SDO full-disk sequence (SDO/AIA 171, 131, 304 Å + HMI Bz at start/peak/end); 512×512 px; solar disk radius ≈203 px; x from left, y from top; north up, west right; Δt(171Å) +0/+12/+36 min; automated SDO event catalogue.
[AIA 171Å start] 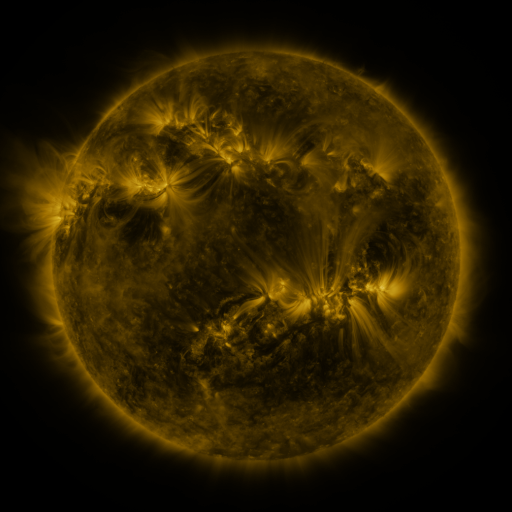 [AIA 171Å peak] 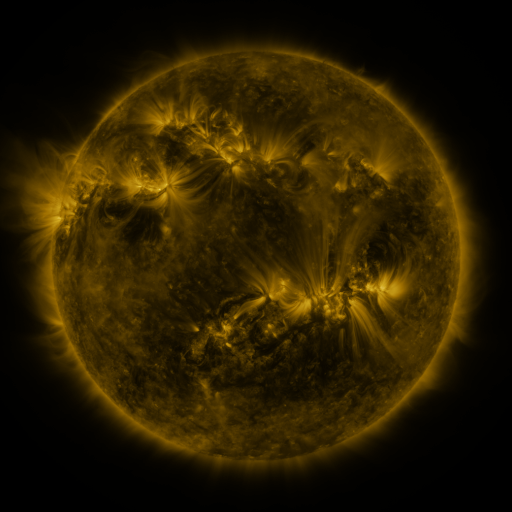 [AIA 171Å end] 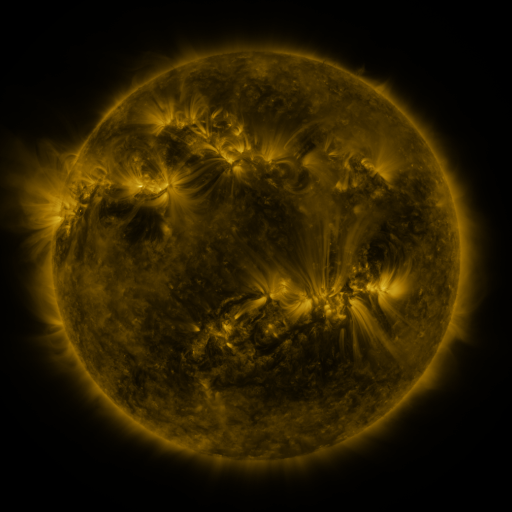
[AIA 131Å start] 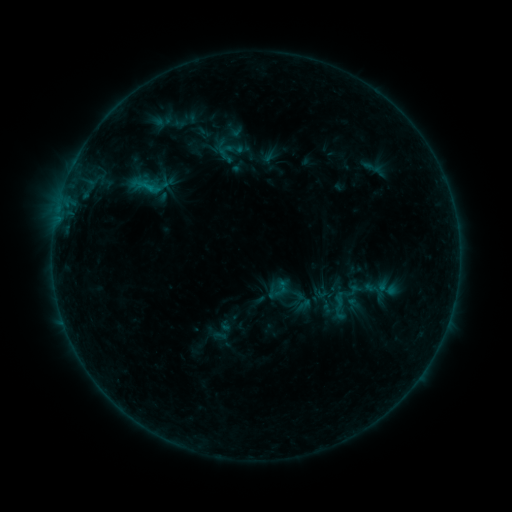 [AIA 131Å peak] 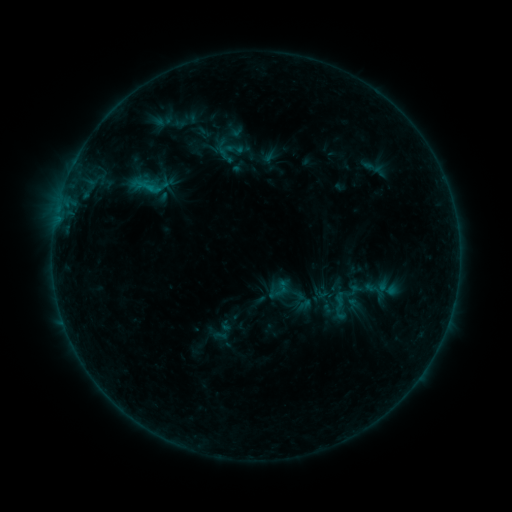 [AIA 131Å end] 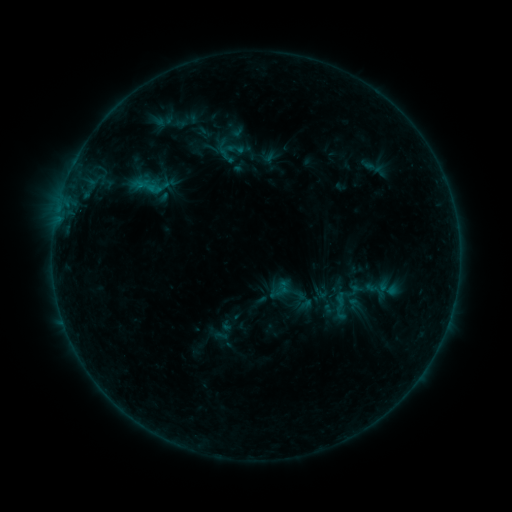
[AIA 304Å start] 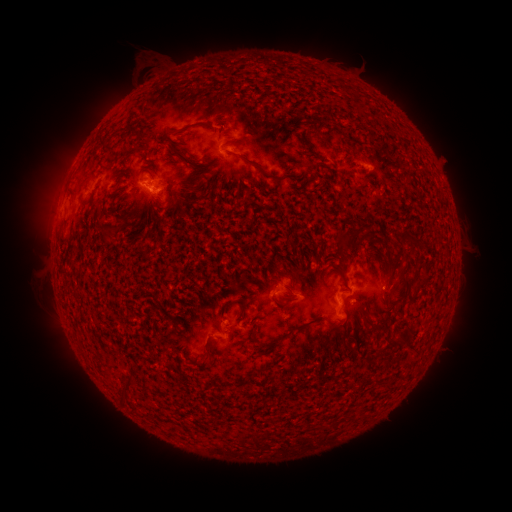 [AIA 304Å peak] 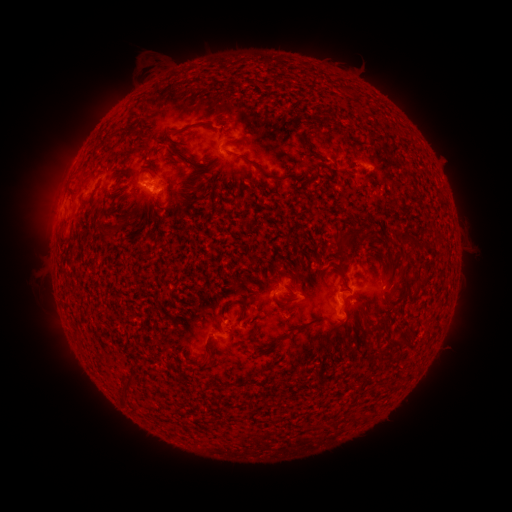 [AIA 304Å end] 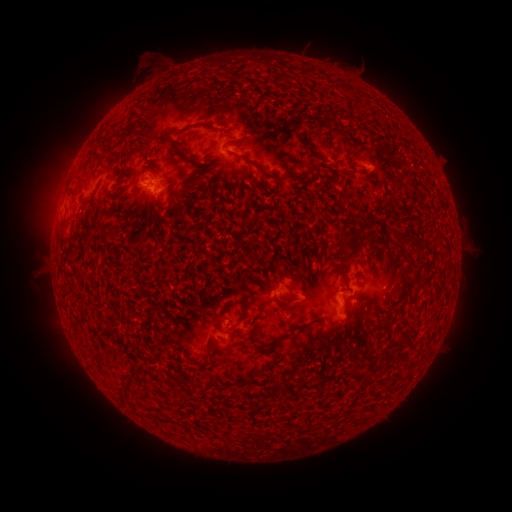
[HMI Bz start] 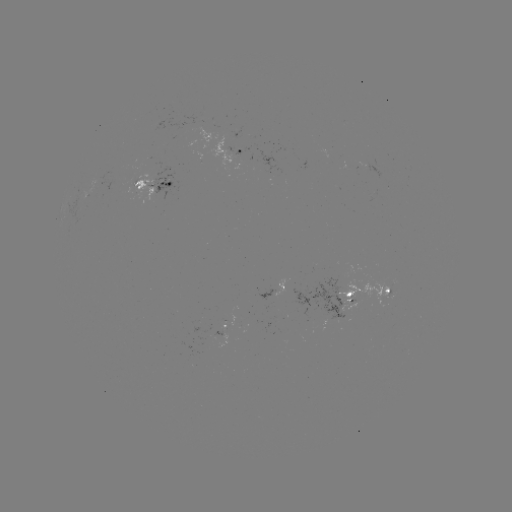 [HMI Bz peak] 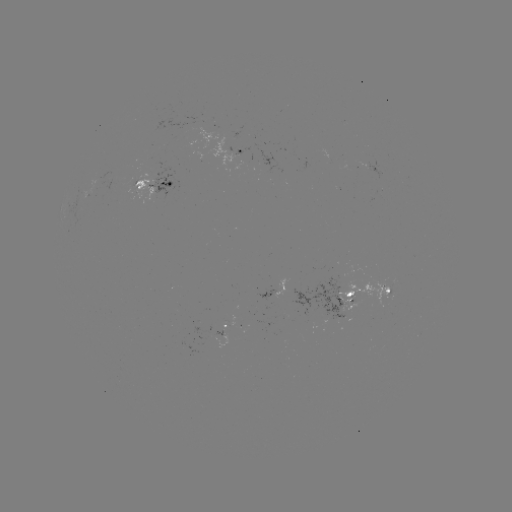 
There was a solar emerging-flux region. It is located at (143, 185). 